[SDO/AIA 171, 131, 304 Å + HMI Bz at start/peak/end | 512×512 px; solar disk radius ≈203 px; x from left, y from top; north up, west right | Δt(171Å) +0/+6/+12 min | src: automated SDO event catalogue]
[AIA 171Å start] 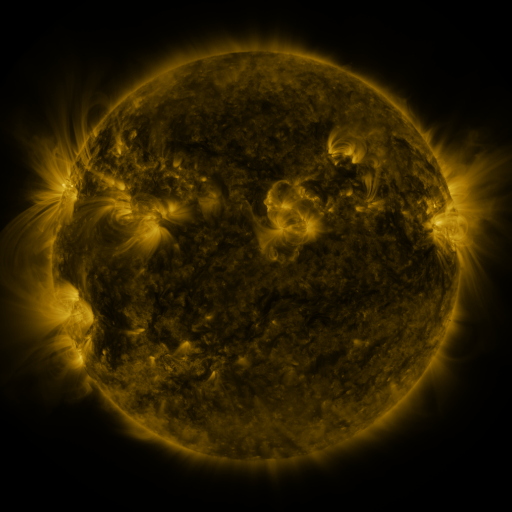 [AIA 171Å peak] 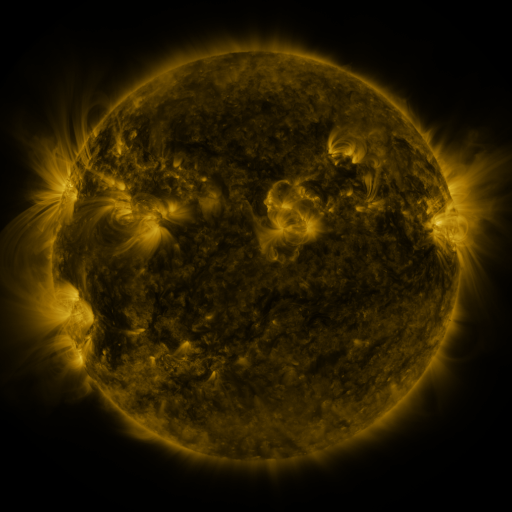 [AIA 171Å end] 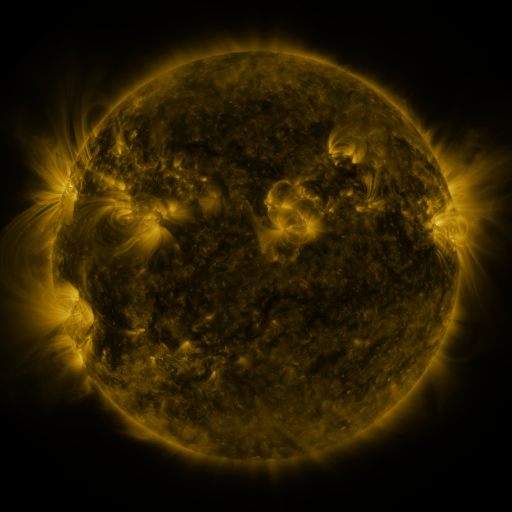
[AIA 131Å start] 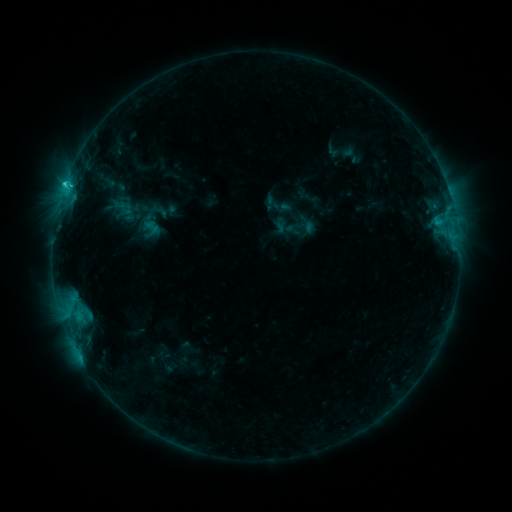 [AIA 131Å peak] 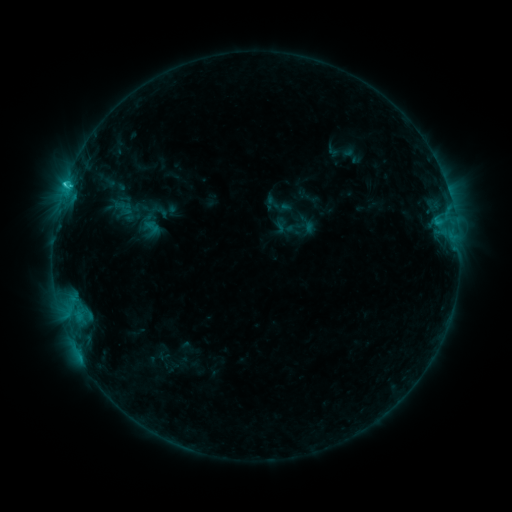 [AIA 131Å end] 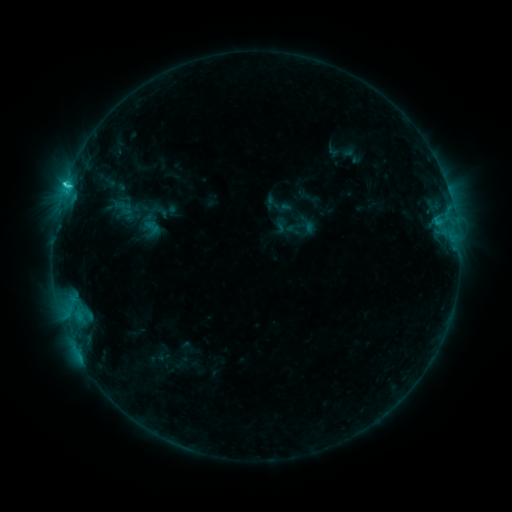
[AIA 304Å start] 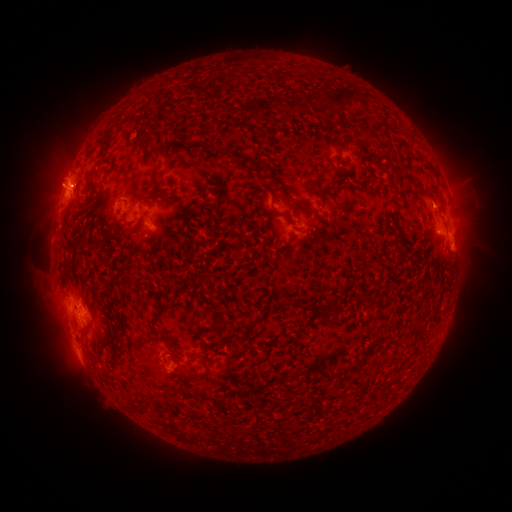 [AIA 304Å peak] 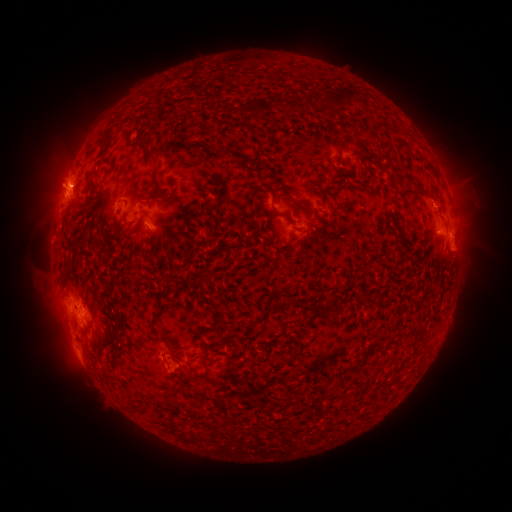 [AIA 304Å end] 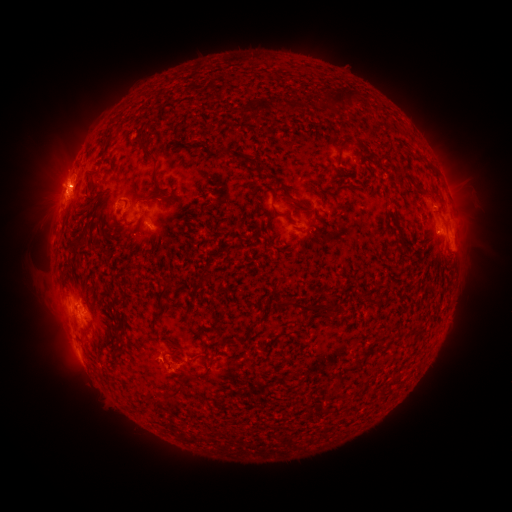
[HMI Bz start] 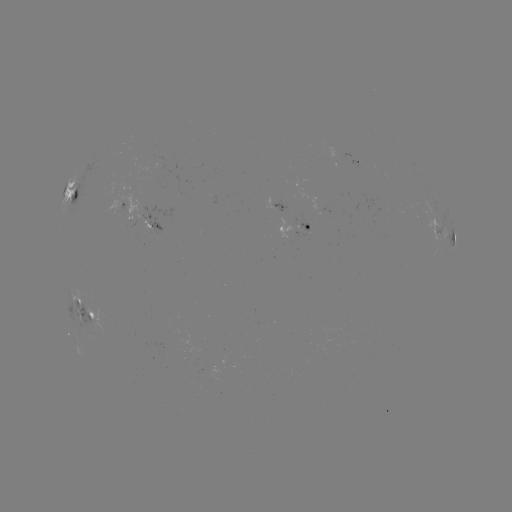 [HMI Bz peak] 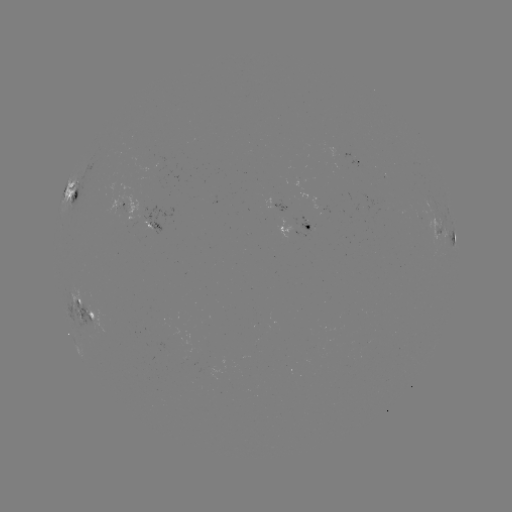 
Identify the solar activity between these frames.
C2.7 flare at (67, 189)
